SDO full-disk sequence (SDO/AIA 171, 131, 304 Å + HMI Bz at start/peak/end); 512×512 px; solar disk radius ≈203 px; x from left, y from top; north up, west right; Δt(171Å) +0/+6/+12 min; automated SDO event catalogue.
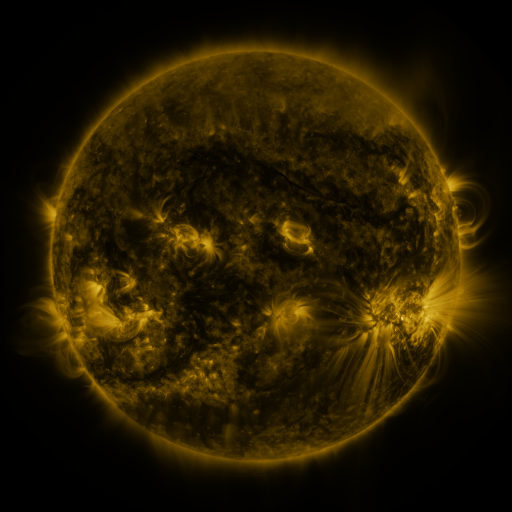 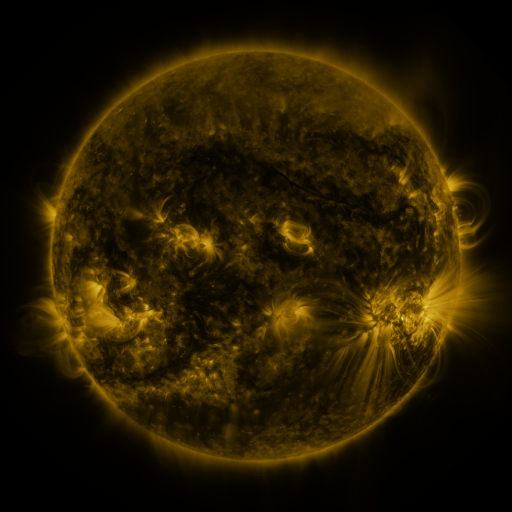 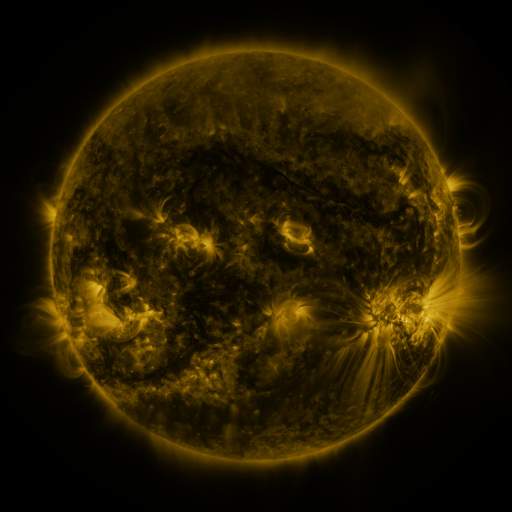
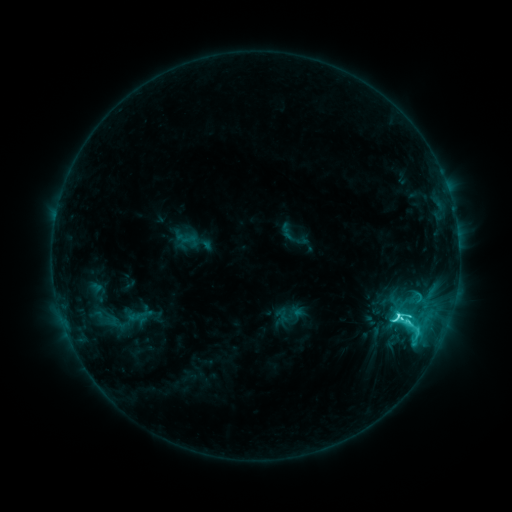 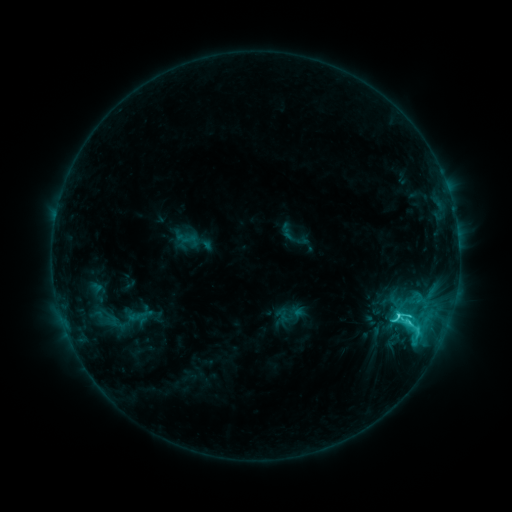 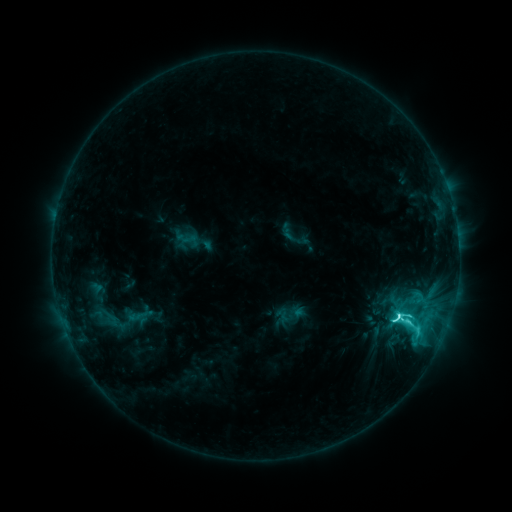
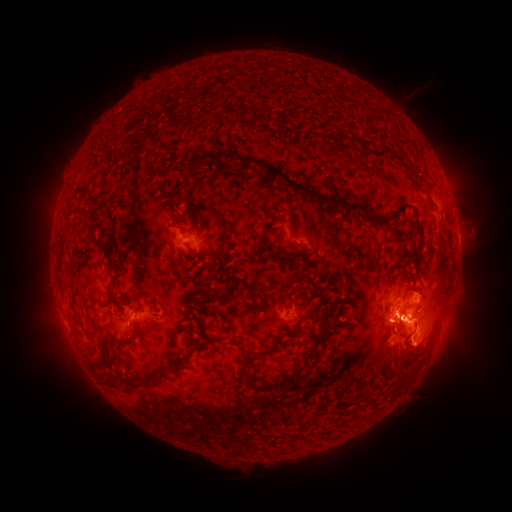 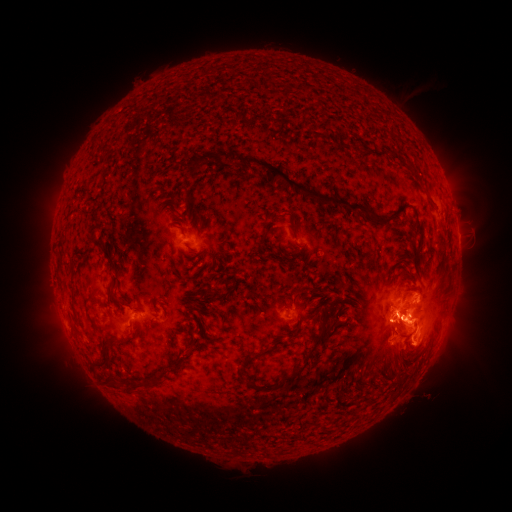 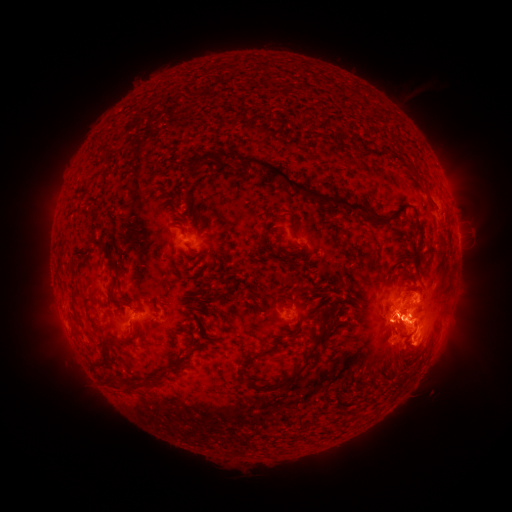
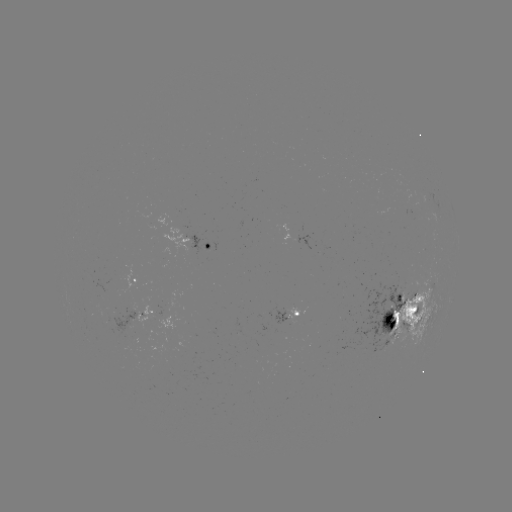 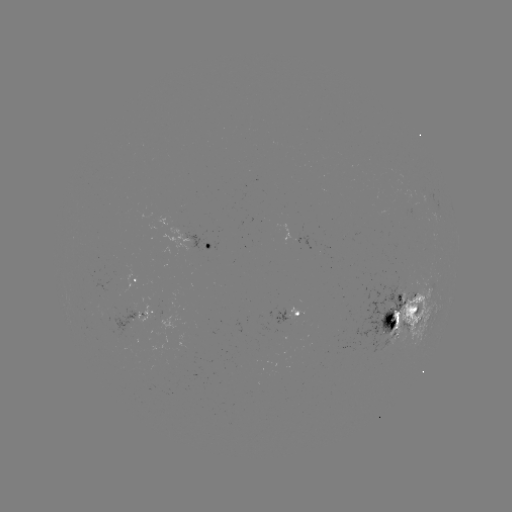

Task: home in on C9.6 flare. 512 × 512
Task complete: (398, 313).